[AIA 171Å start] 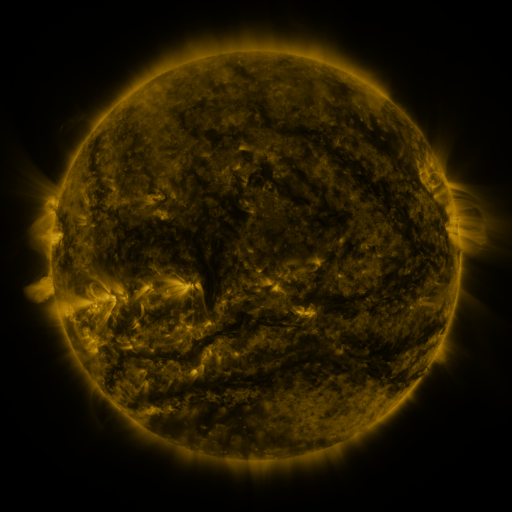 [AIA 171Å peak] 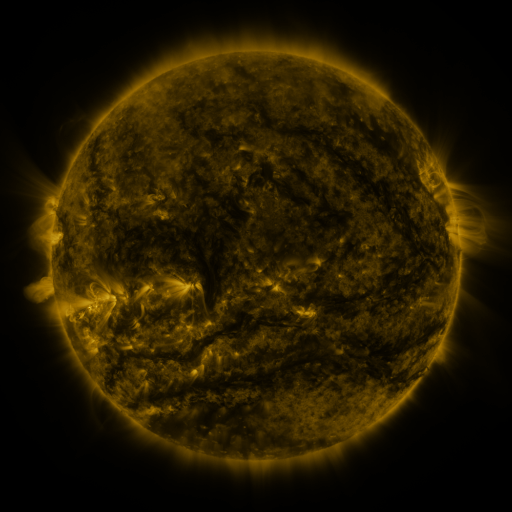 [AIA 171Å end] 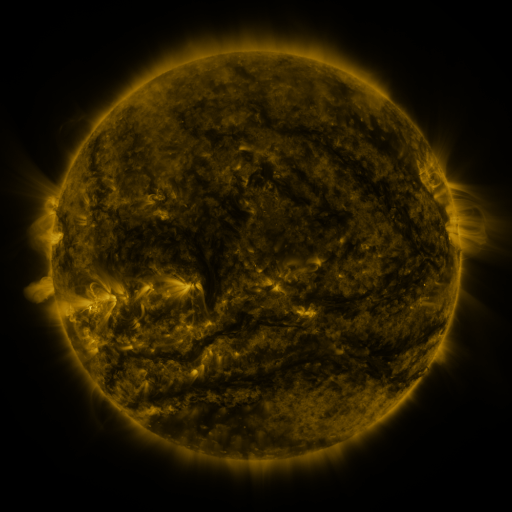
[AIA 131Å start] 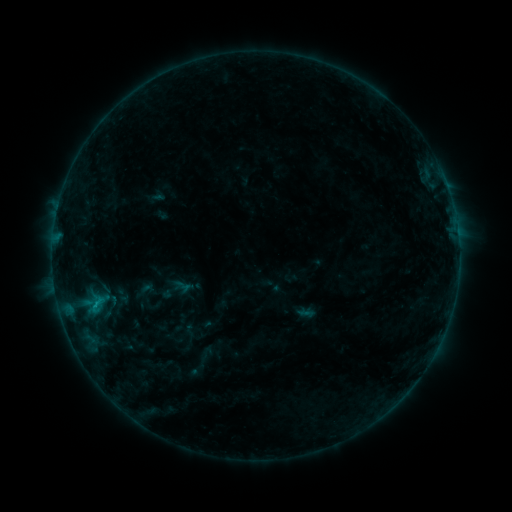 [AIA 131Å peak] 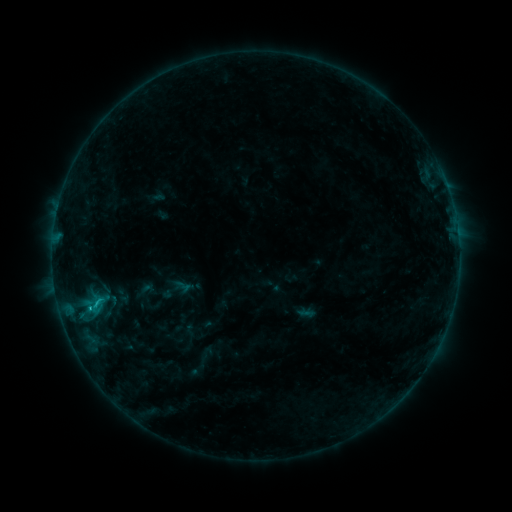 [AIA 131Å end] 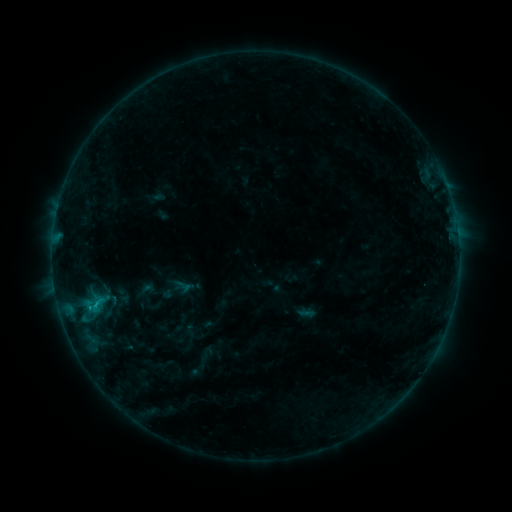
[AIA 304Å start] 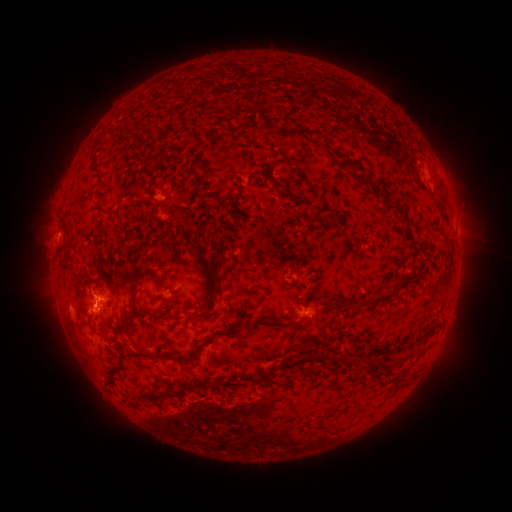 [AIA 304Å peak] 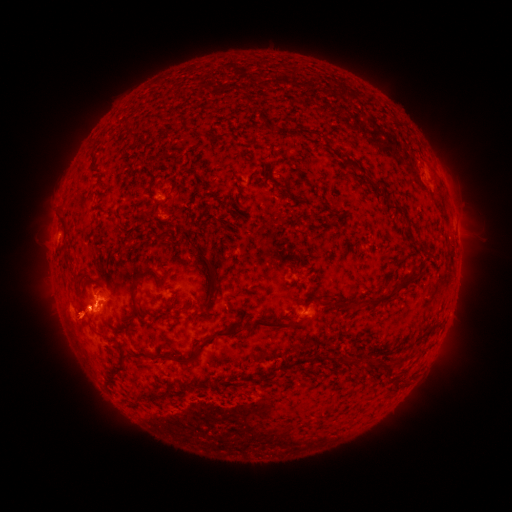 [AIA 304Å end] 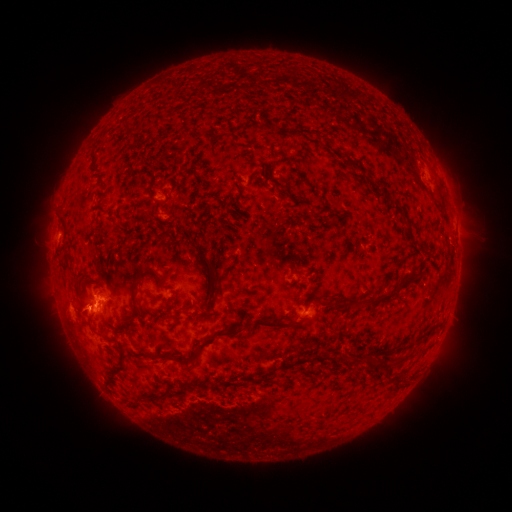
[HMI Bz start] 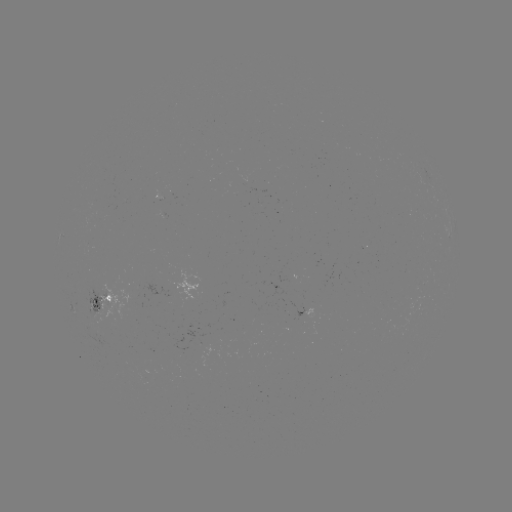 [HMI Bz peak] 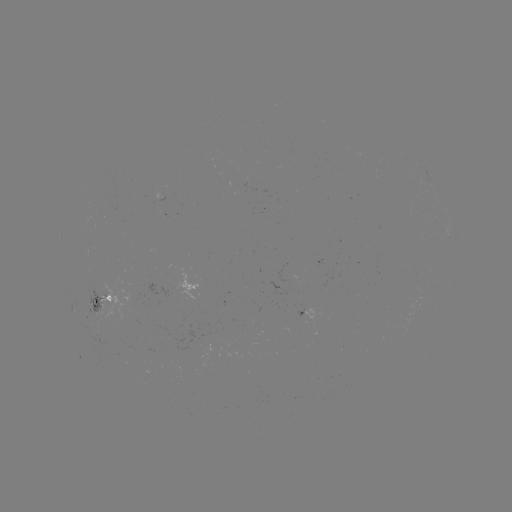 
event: flare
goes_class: B8.8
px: (90, 308)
